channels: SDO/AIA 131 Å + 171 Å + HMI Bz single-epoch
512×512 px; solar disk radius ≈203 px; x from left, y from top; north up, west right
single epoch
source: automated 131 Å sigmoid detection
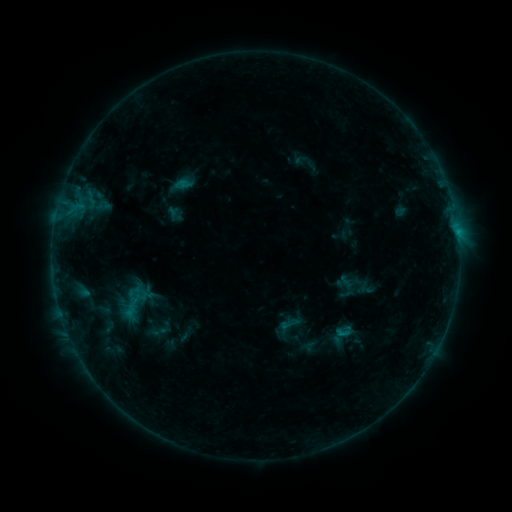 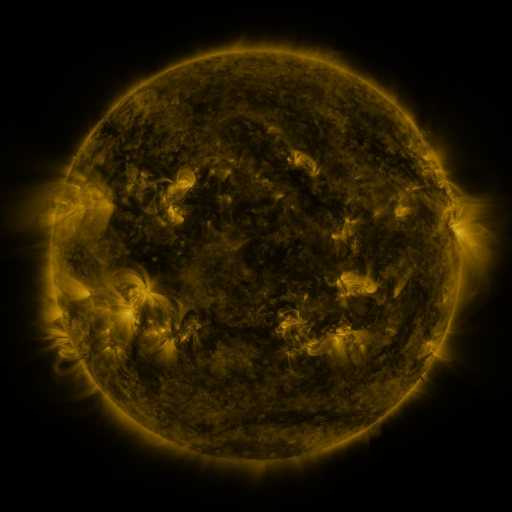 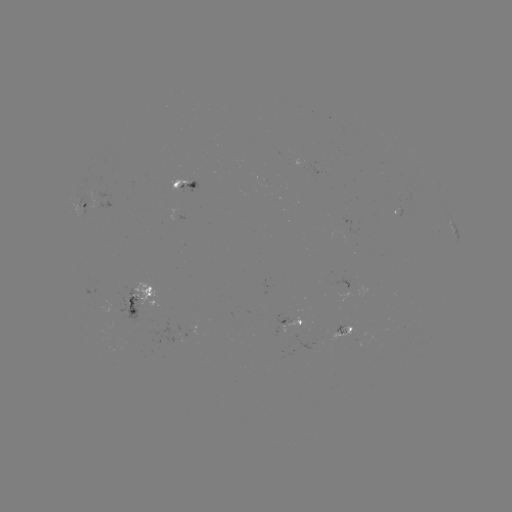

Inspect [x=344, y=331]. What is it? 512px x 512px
sigmoid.